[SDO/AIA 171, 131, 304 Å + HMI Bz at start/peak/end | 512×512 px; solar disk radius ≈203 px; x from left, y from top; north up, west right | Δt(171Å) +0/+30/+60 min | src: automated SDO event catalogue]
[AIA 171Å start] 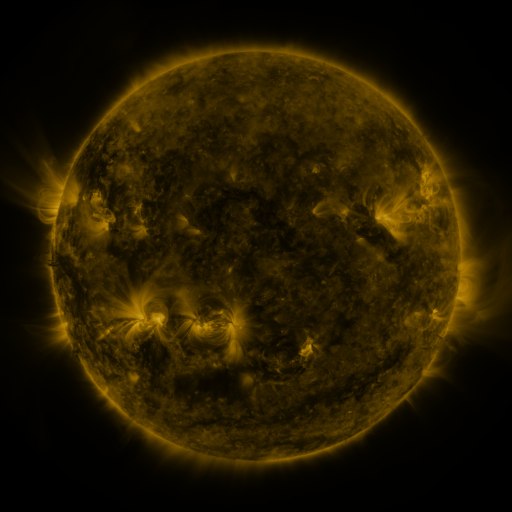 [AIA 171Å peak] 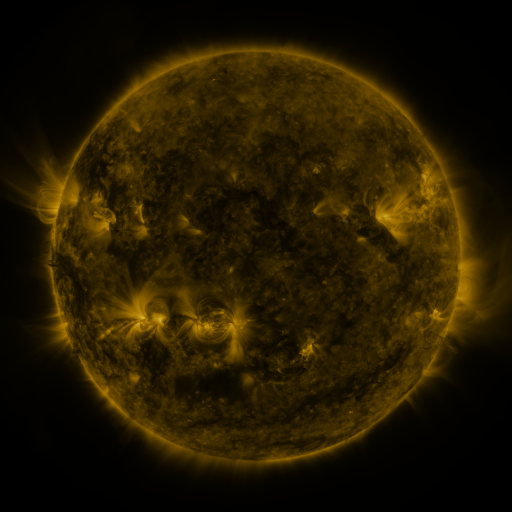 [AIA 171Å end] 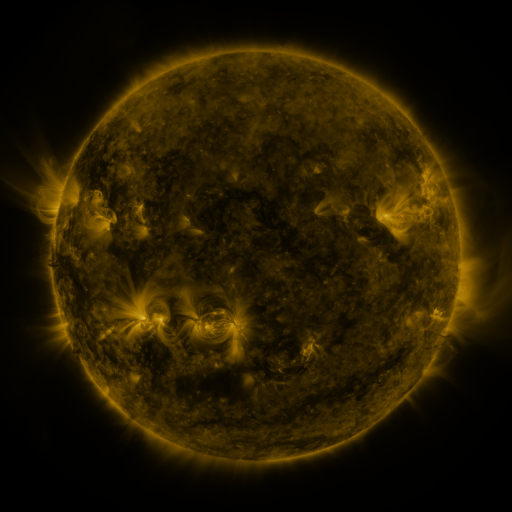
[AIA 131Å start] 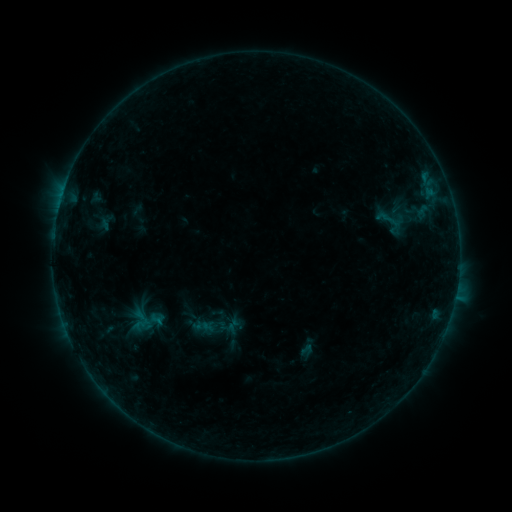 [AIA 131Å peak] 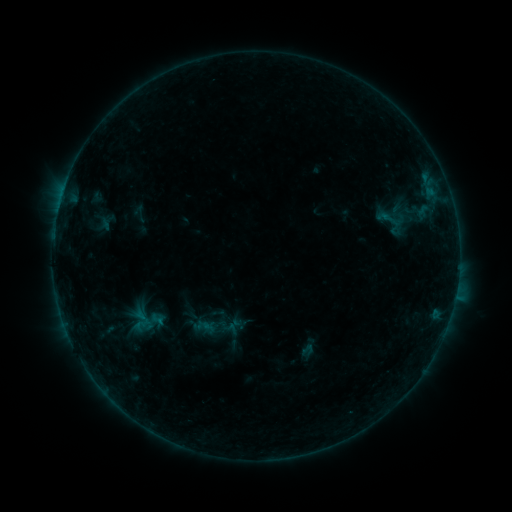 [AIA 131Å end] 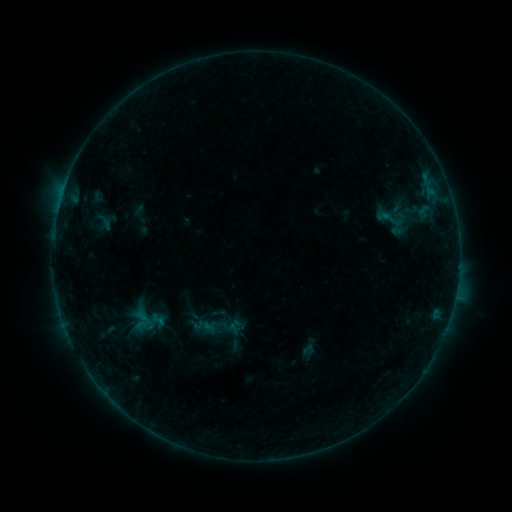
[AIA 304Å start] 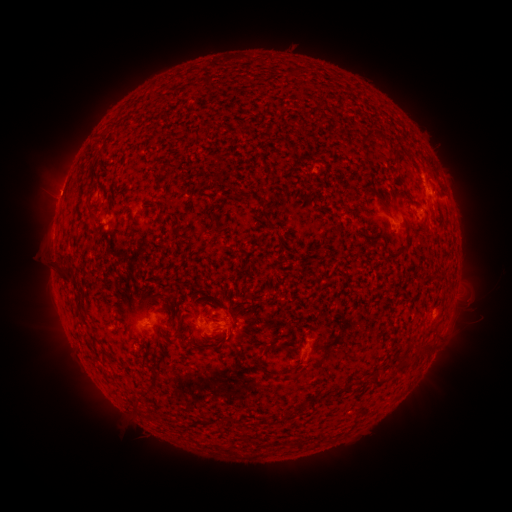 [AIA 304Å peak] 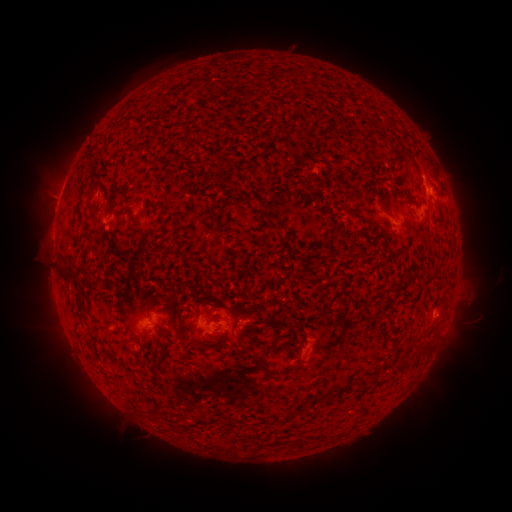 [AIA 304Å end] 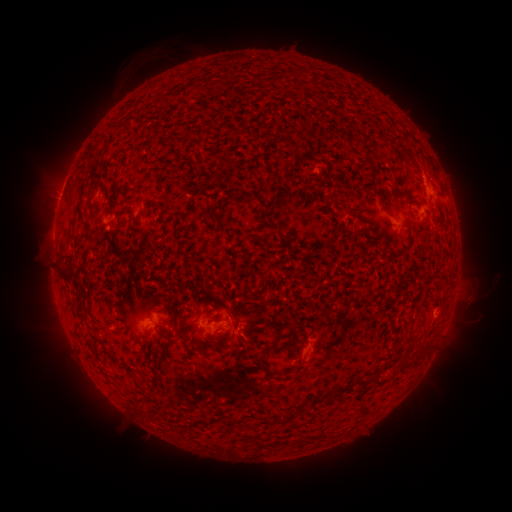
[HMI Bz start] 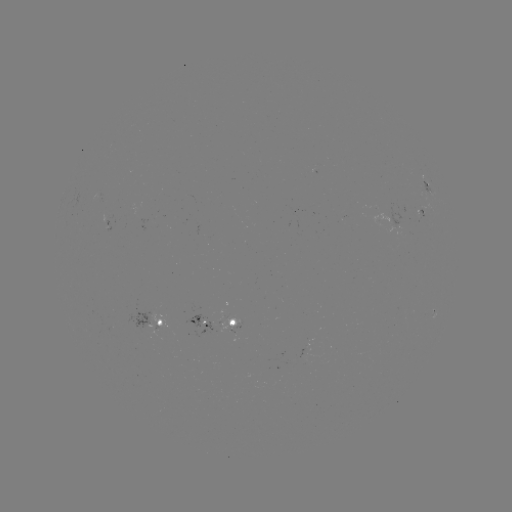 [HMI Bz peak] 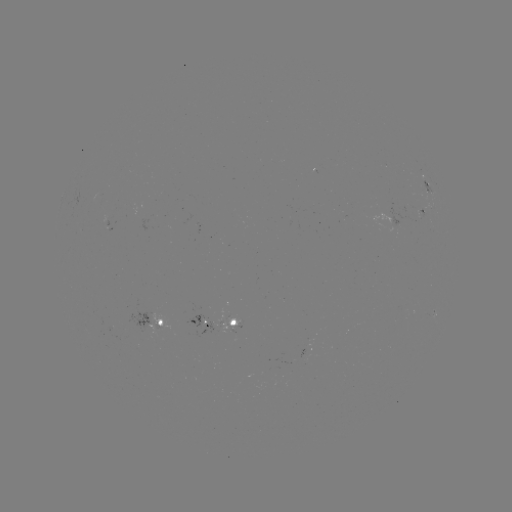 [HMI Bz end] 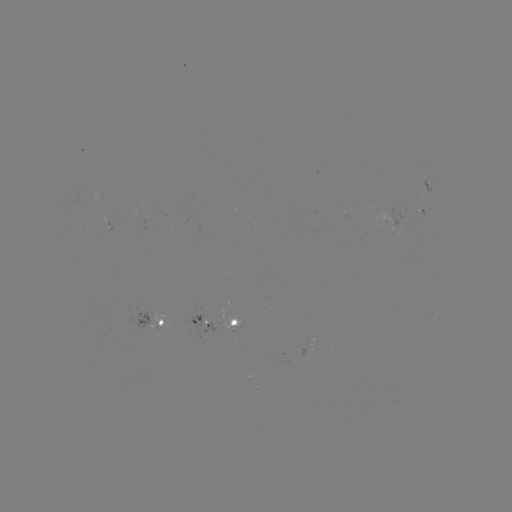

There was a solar filament eruption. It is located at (145, 64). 